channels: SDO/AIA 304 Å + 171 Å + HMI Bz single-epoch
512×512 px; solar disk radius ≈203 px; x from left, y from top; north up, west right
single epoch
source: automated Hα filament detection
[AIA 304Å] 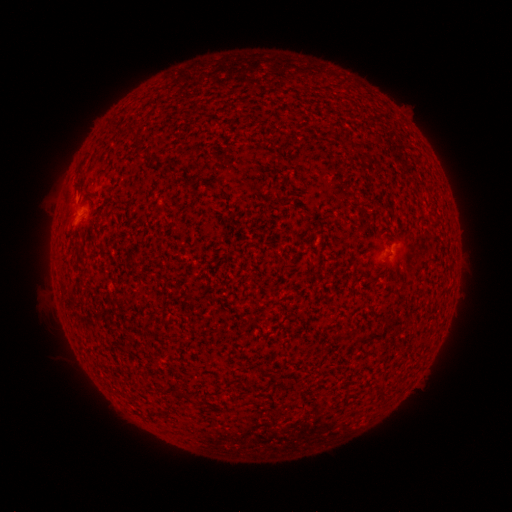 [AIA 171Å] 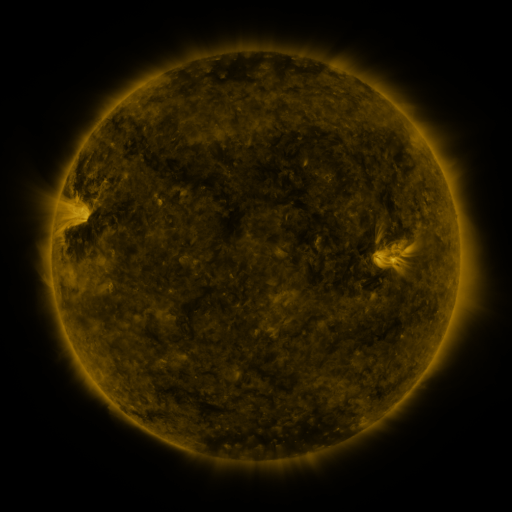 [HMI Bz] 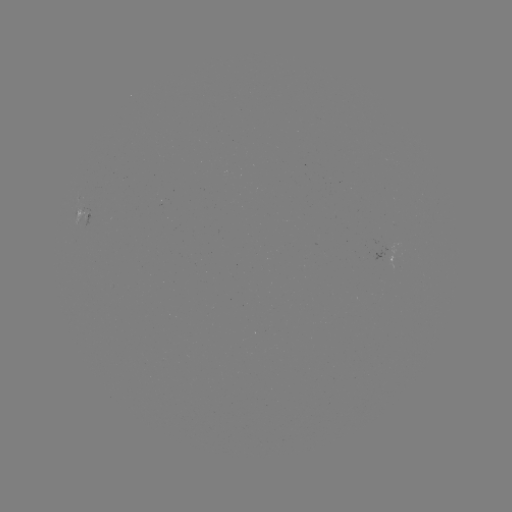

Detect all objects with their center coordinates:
filament: (367, 328, 382, 339)
filament: (181, 388, 195, 404)
